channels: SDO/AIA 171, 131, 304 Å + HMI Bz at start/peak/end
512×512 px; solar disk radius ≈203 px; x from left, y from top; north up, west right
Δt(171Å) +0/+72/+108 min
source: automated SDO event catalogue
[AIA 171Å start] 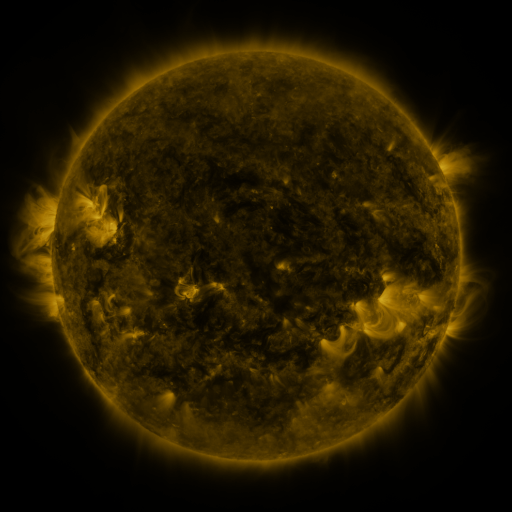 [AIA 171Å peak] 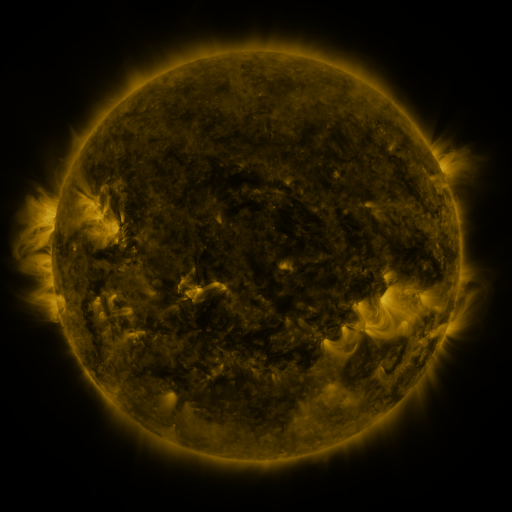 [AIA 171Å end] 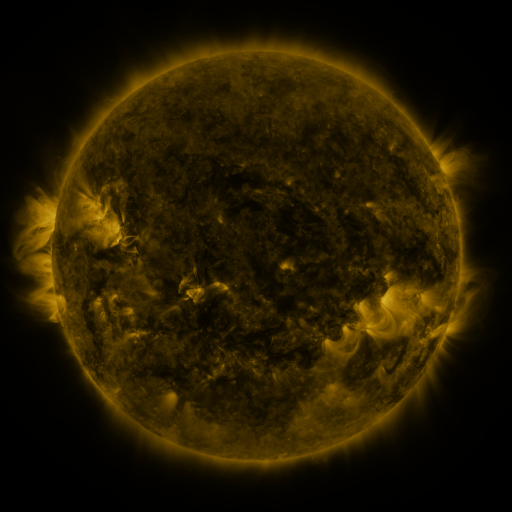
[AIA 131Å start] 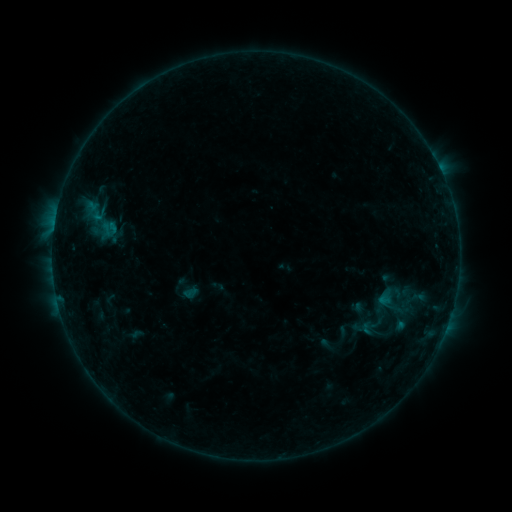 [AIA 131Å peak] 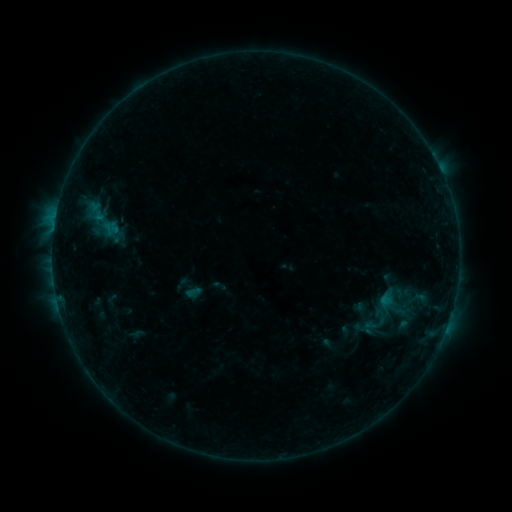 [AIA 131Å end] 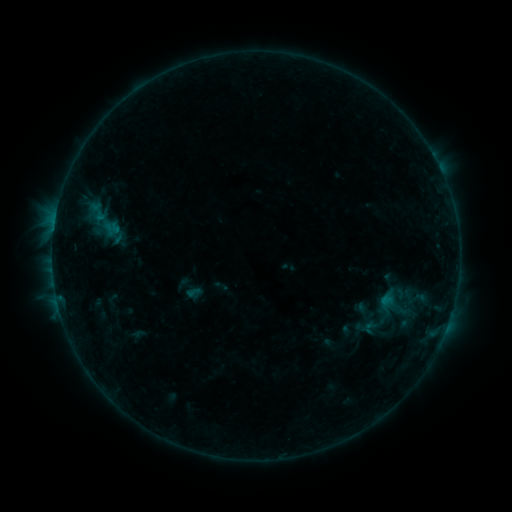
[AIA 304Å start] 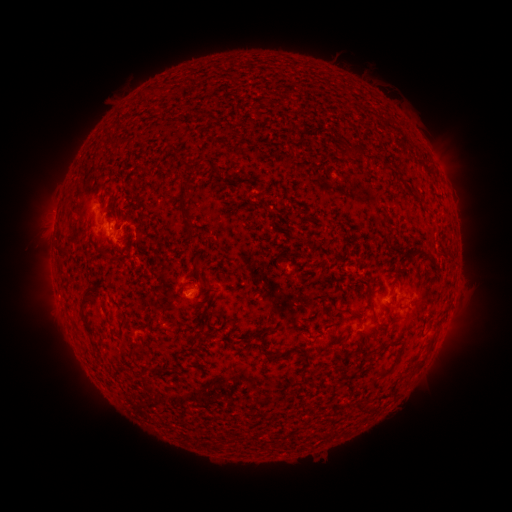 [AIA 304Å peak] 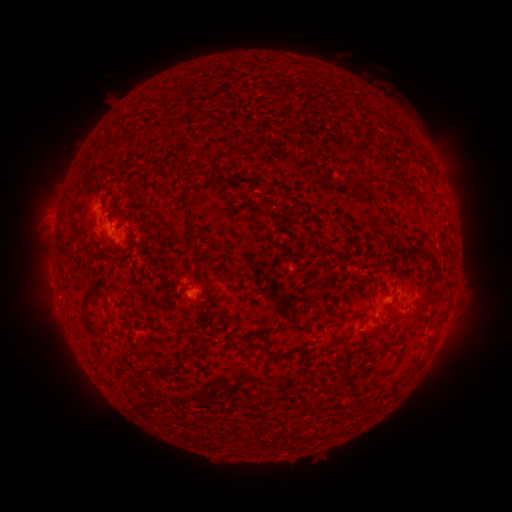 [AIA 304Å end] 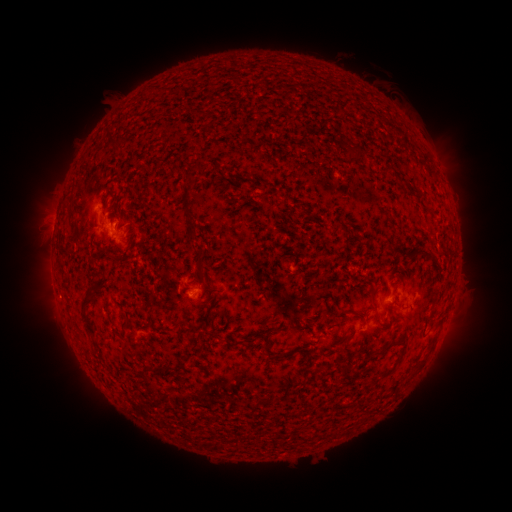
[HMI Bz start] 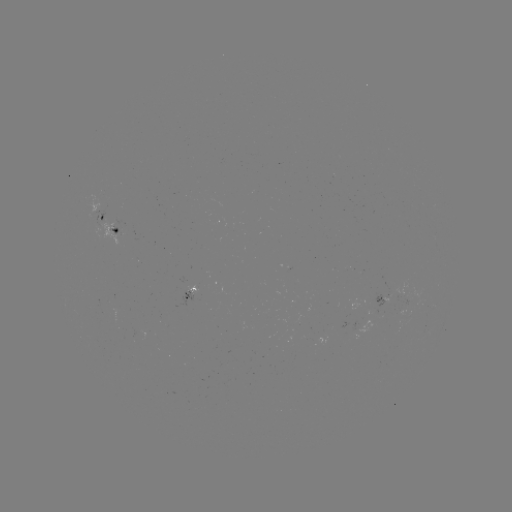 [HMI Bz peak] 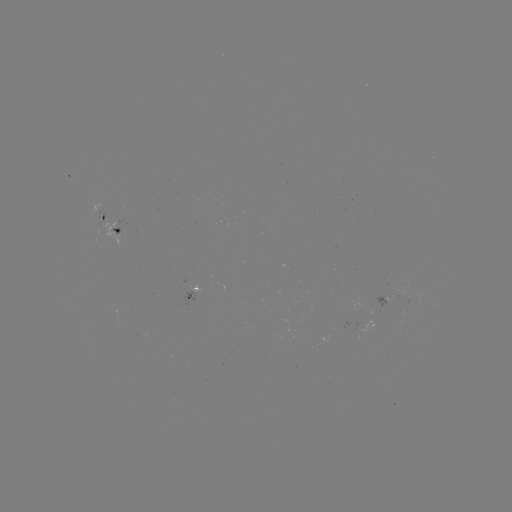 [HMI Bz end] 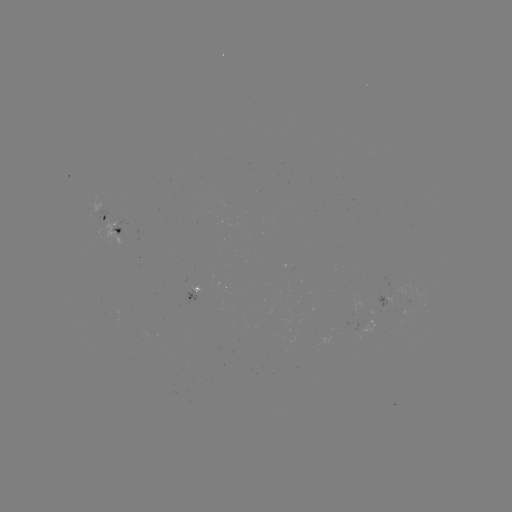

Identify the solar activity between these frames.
emerging-flux region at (395, 296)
